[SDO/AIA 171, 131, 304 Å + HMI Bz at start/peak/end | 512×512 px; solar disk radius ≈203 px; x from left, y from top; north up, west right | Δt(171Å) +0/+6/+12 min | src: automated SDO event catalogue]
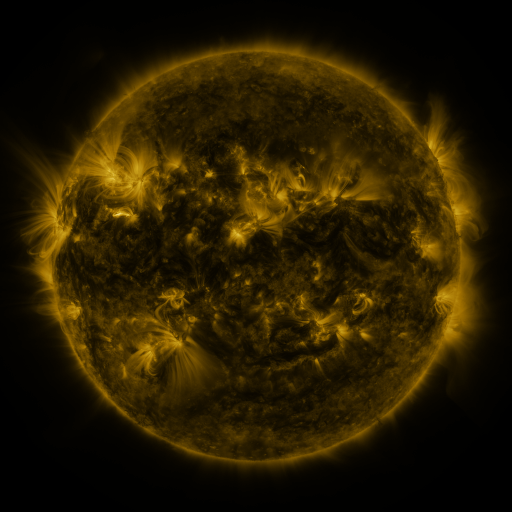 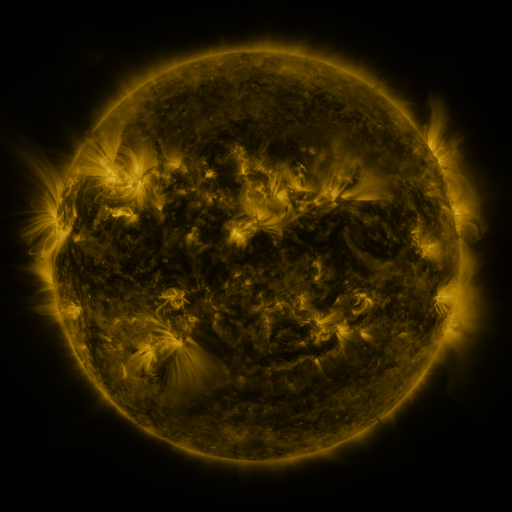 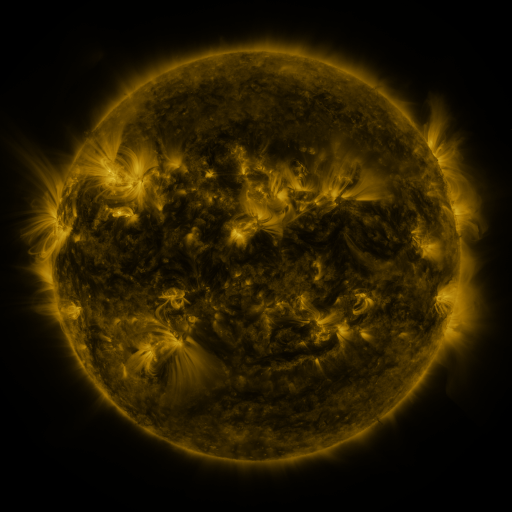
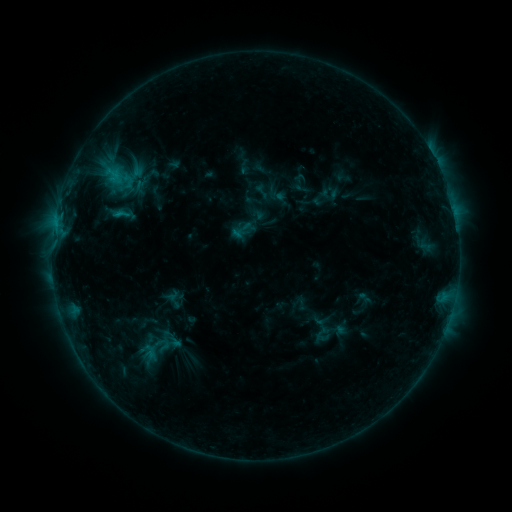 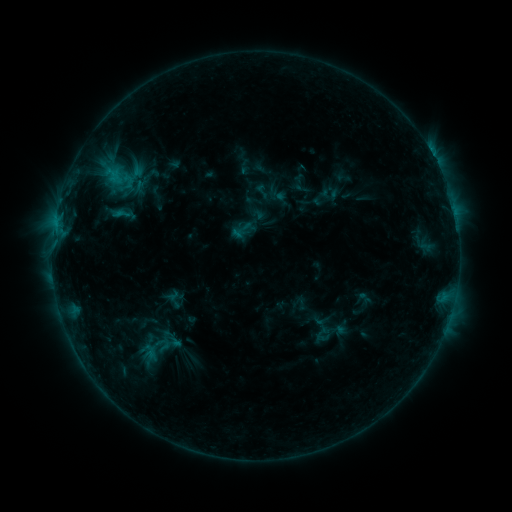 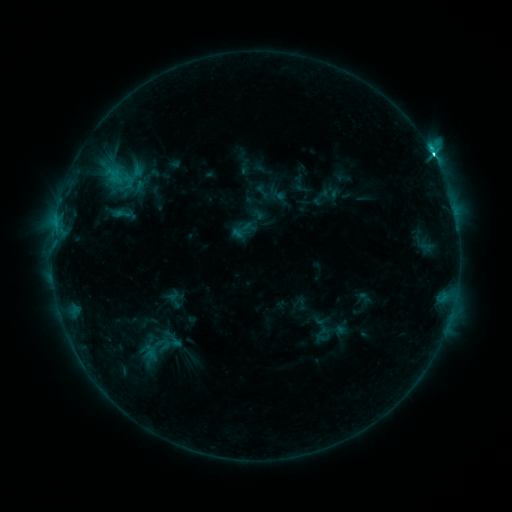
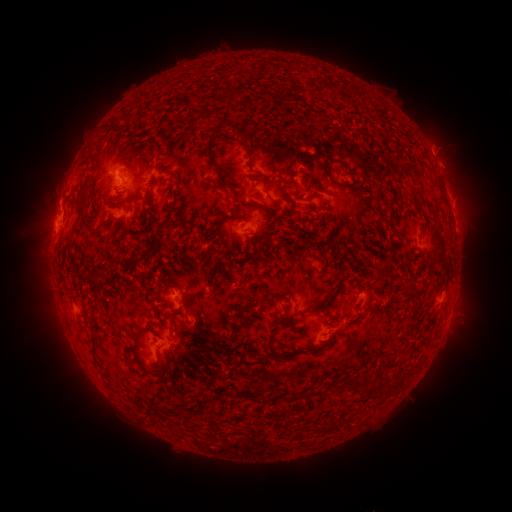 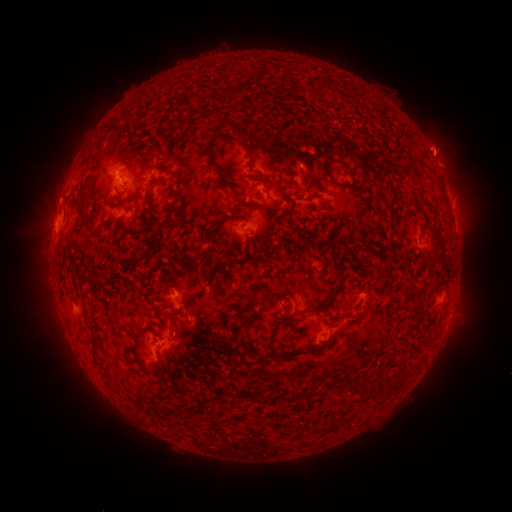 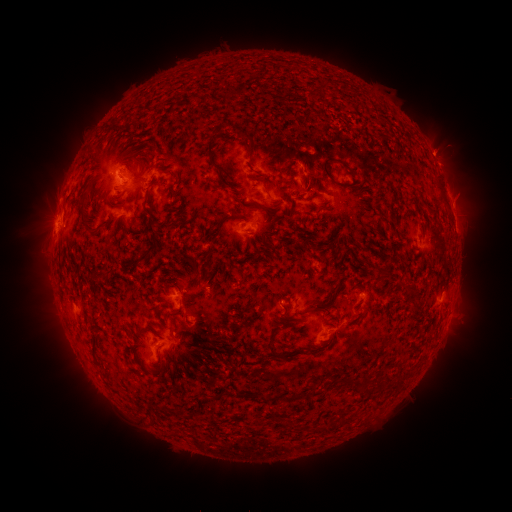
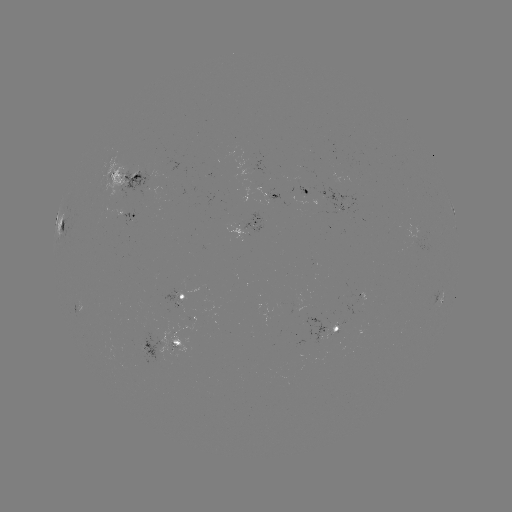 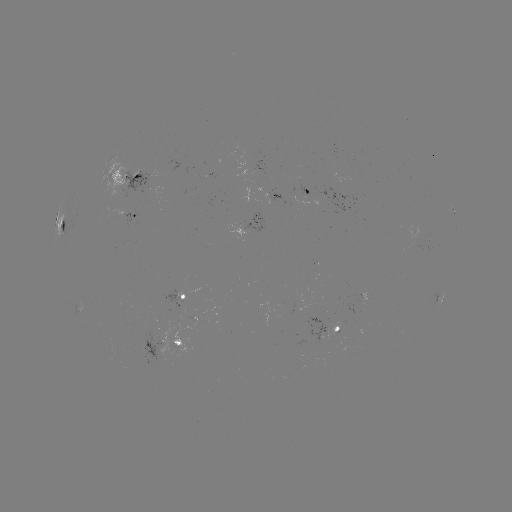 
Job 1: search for eruption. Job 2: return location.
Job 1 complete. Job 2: [441, 146].